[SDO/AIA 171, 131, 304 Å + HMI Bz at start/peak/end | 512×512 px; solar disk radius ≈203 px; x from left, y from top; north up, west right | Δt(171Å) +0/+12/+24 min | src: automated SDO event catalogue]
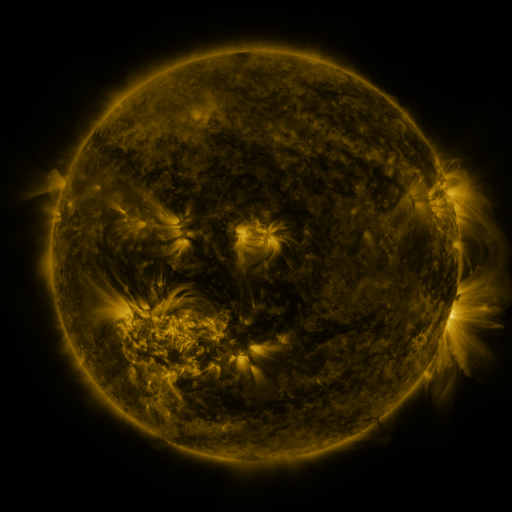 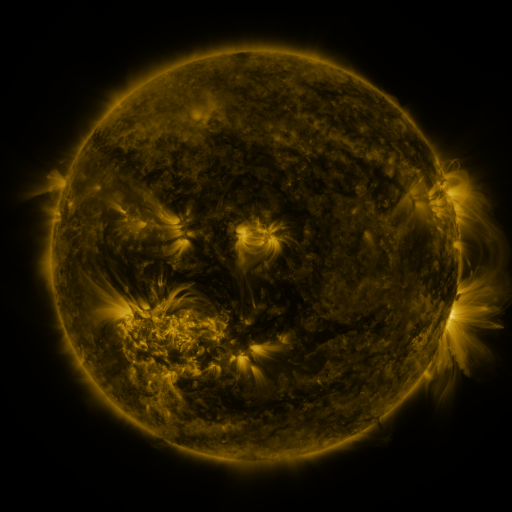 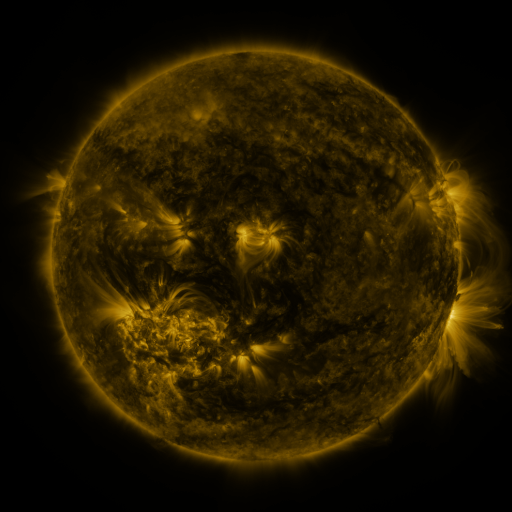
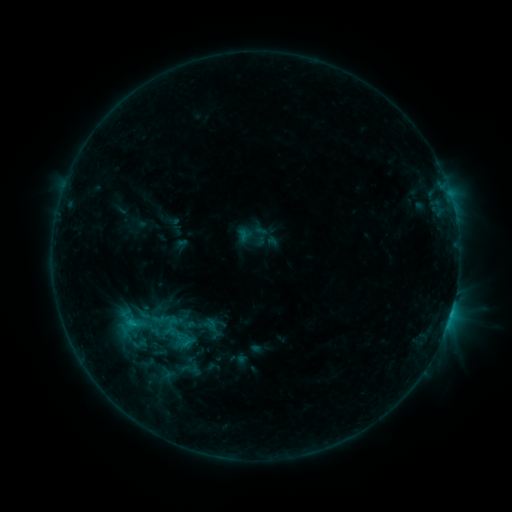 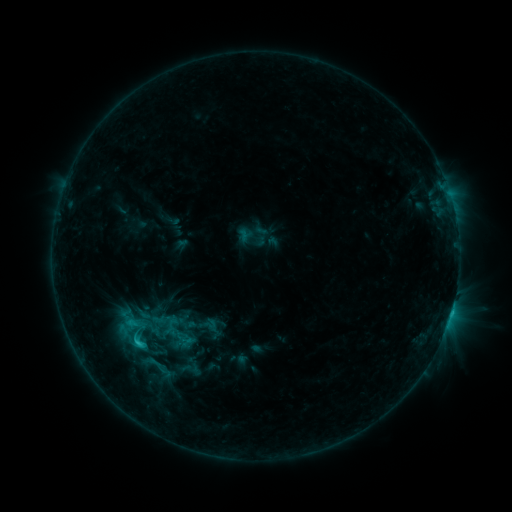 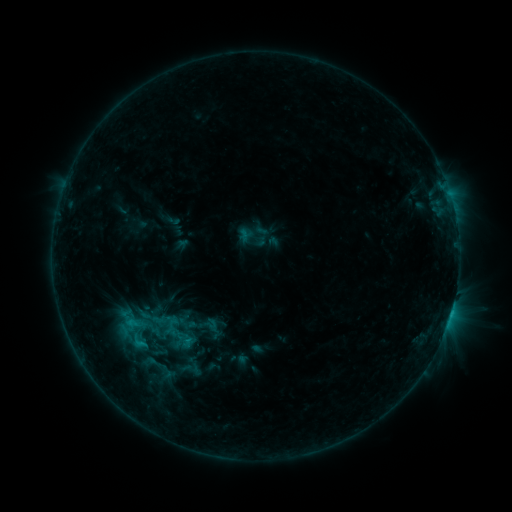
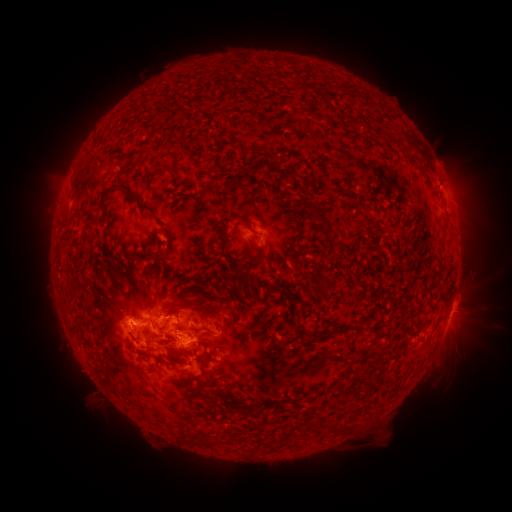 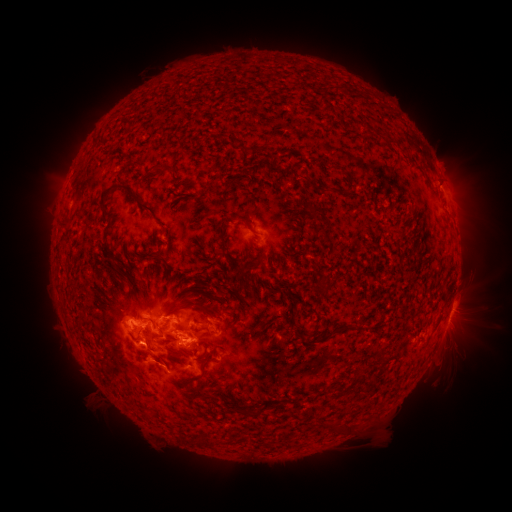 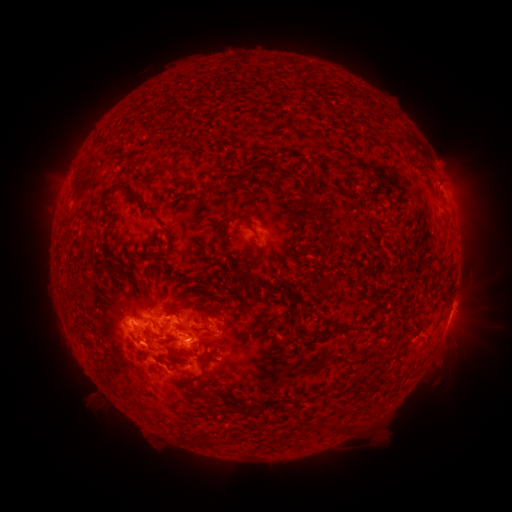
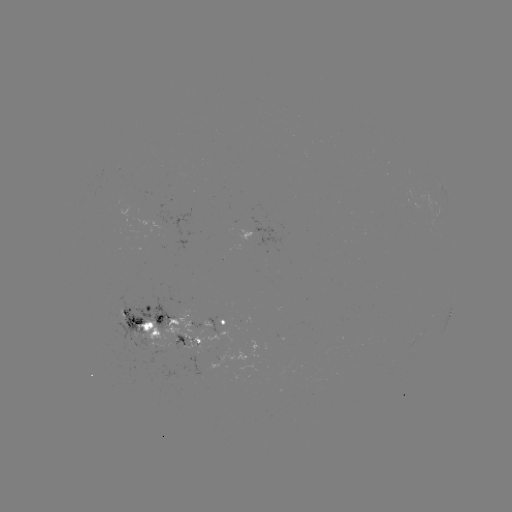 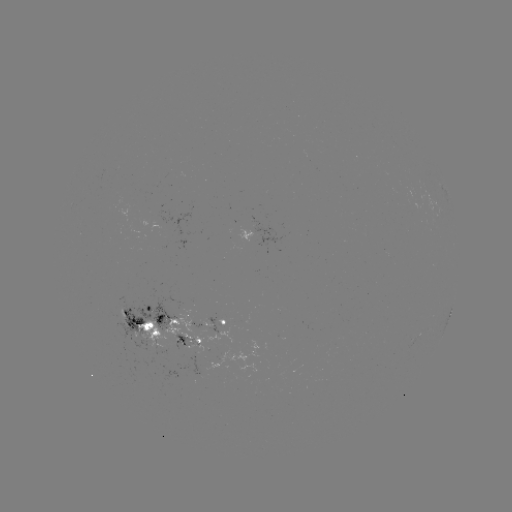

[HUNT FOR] C2.2 flare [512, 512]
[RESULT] (139, 342)